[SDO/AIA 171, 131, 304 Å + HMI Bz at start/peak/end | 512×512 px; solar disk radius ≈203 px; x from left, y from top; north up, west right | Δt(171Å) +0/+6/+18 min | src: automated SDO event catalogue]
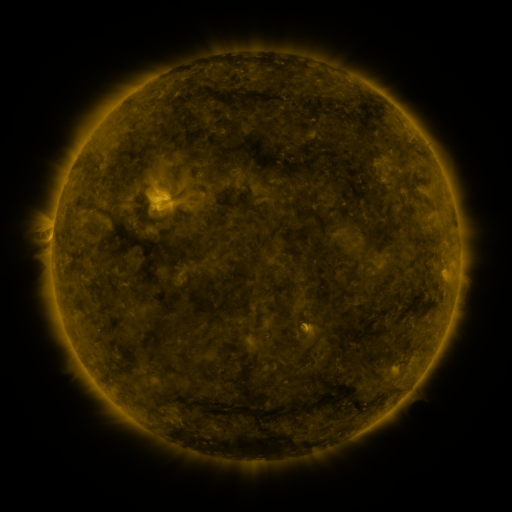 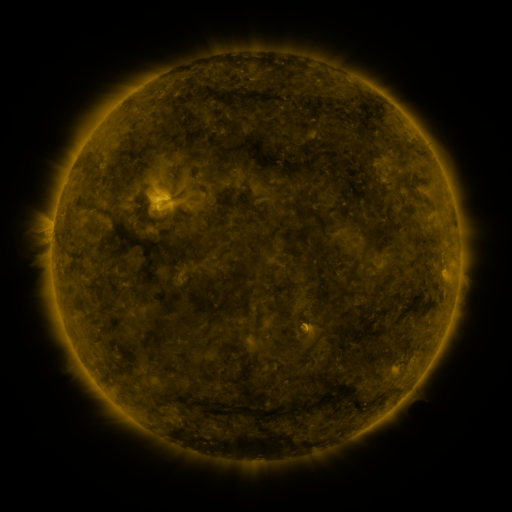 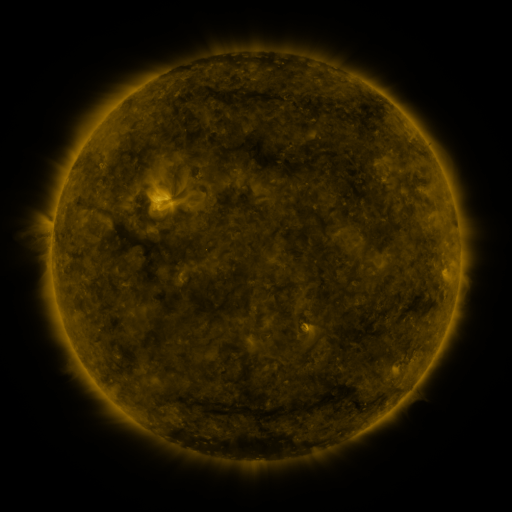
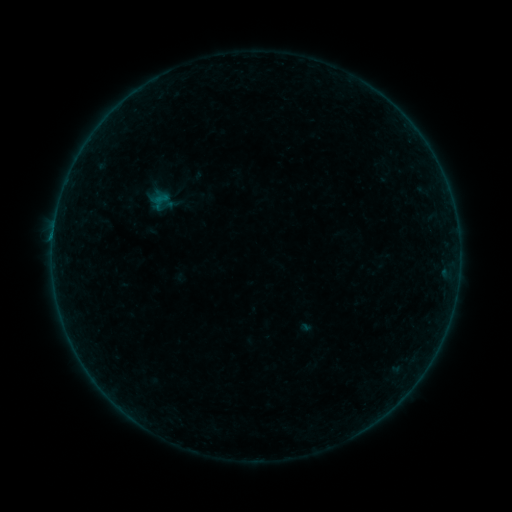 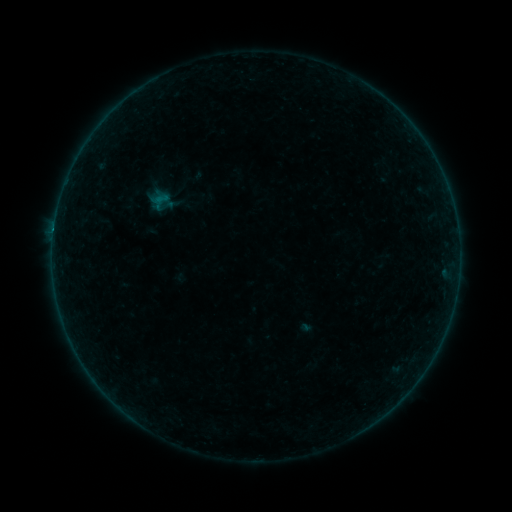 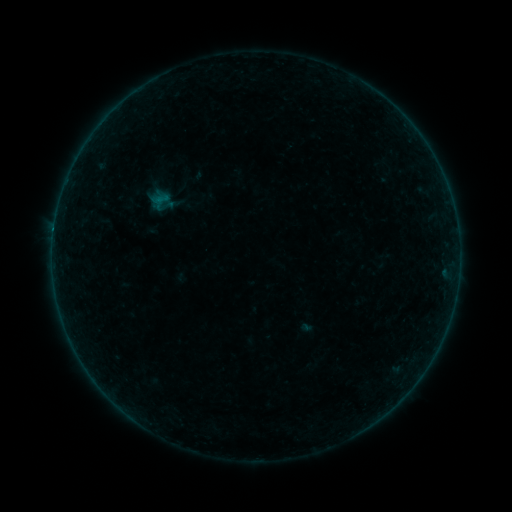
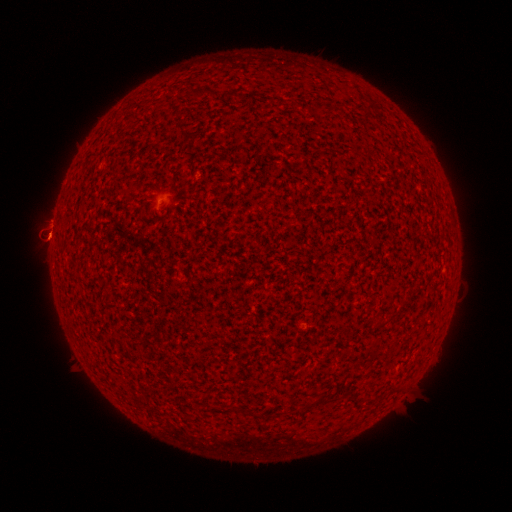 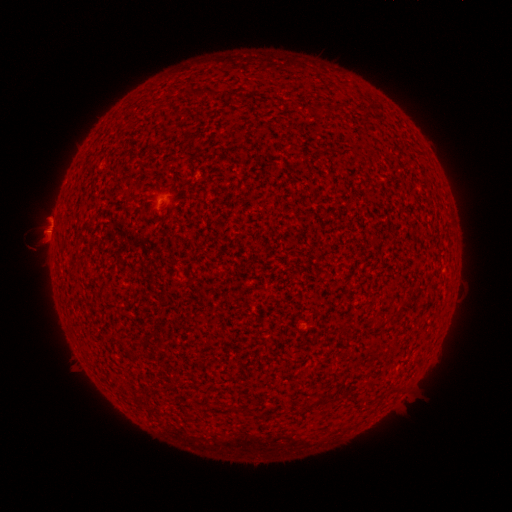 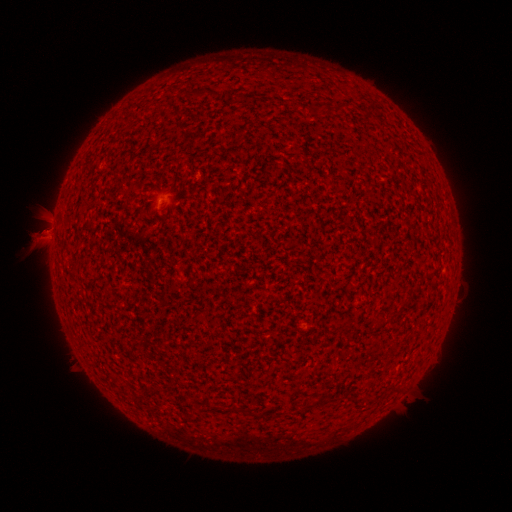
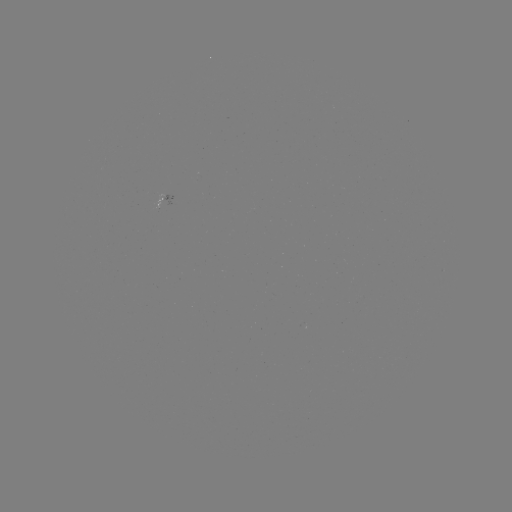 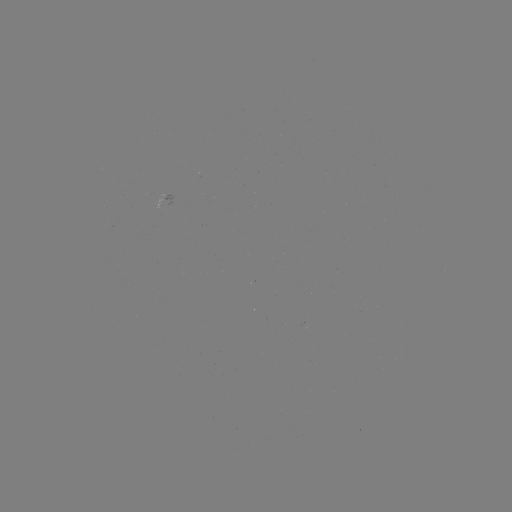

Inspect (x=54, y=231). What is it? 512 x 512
B2.4 flare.